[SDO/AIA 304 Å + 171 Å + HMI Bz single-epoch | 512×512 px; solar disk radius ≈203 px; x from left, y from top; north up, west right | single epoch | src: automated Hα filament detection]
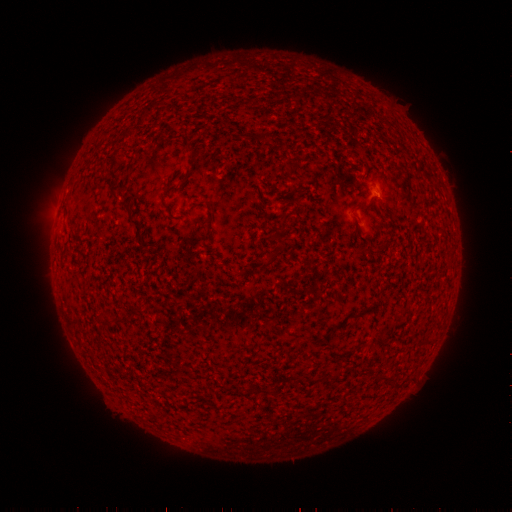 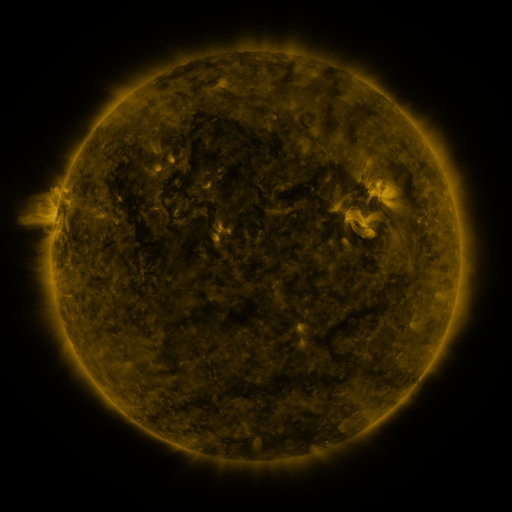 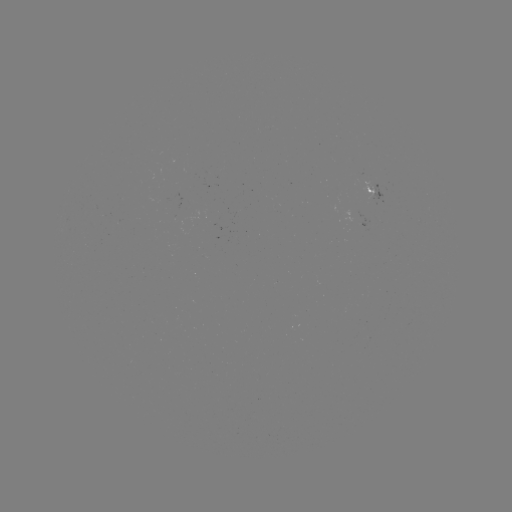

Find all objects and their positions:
filament: [258, 132, 267, 140]
filament: [108, 153, 120, 181]
filament: [110, 188, 140, 226]
filament: [353, 197, 375, 209]
filament: [275, 235, 285, 247]
filament: [257, 255, 276, 273]
filament: [95, 316, 125, 325]
filament: [297, 376, 306, 386]
filament: [250, 383, 260, 393]
